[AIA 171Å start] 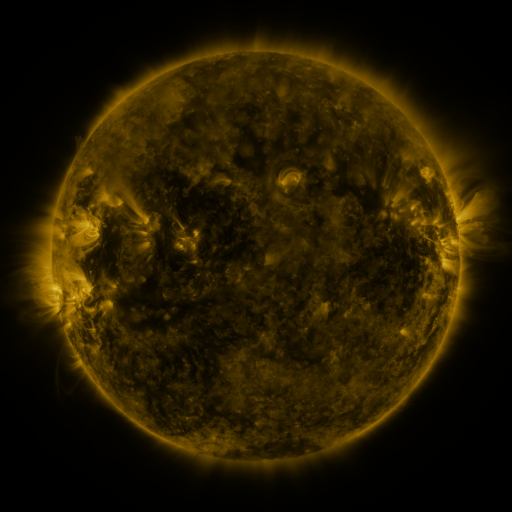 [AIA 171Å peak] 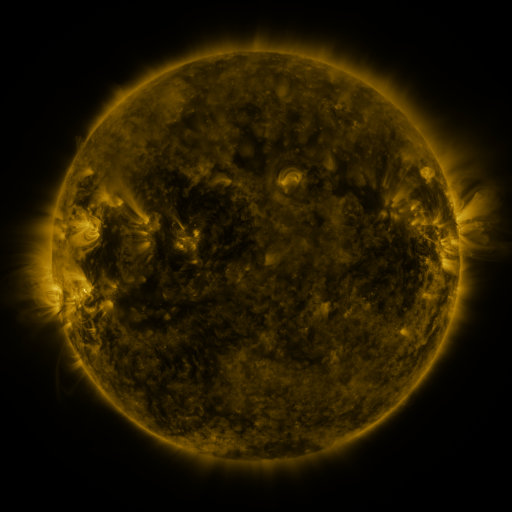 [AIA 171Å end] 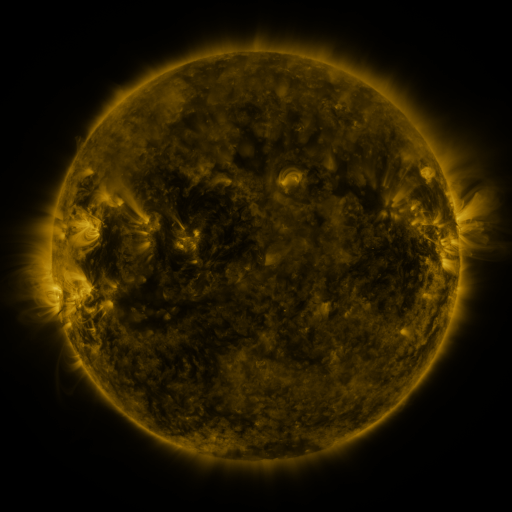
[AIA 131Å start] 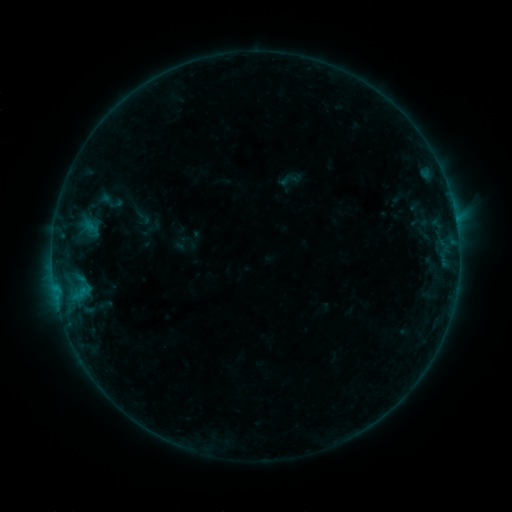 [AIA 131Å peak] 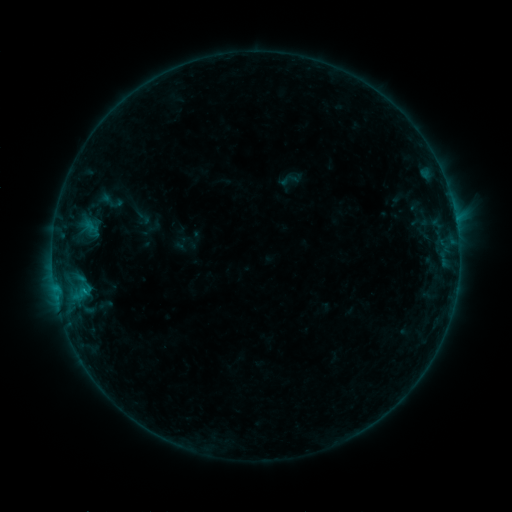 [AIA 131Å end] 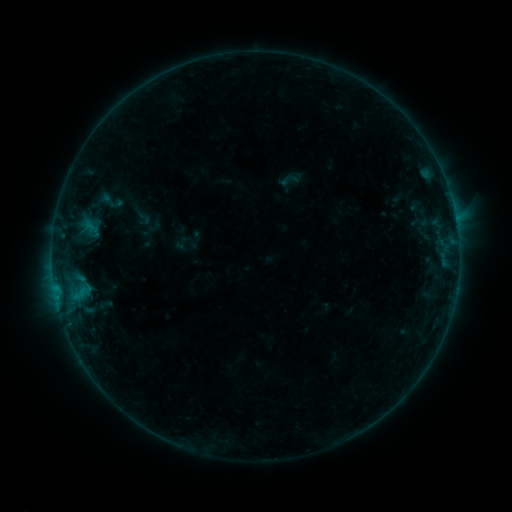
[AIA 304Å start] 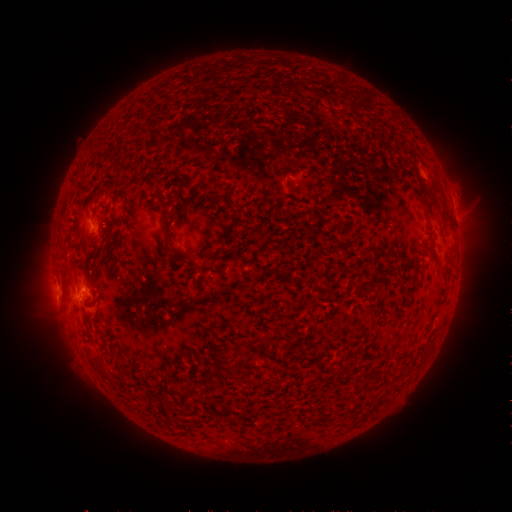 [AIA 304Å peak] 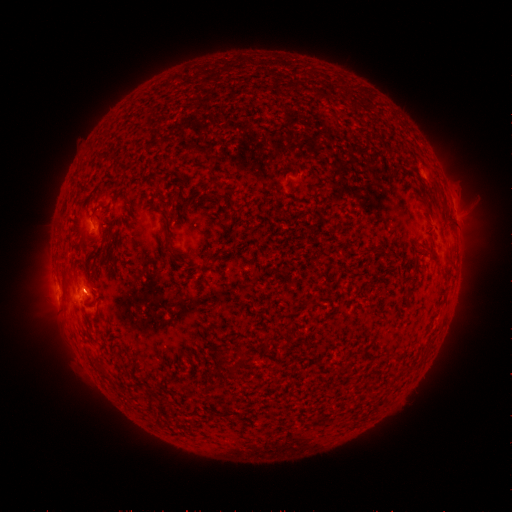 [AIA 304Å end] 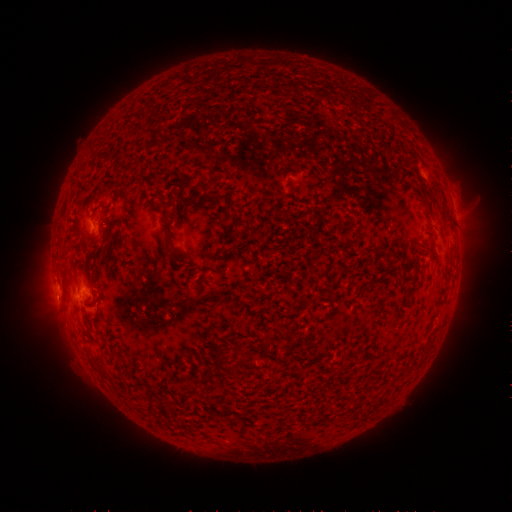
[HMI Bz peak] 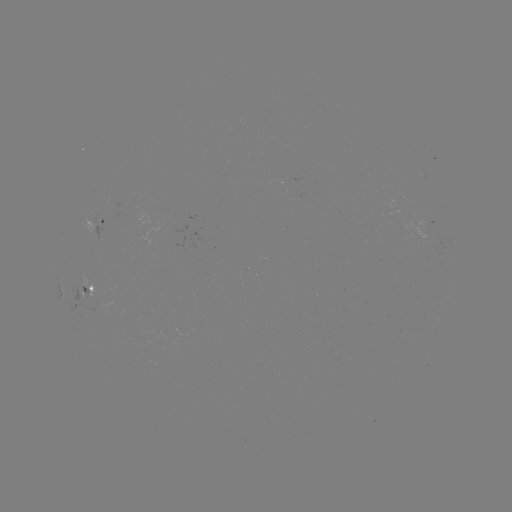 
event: flare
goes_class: B4.4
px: (85, 288)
